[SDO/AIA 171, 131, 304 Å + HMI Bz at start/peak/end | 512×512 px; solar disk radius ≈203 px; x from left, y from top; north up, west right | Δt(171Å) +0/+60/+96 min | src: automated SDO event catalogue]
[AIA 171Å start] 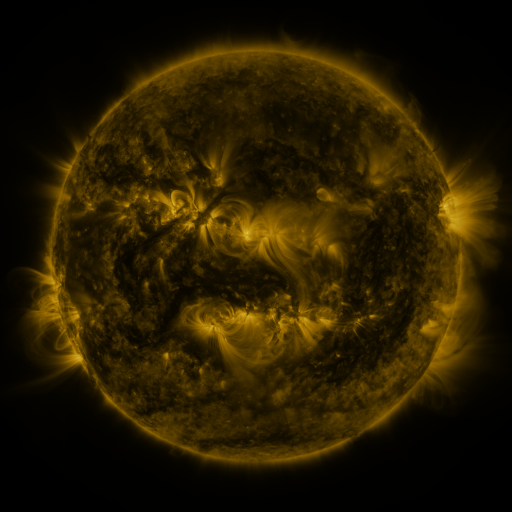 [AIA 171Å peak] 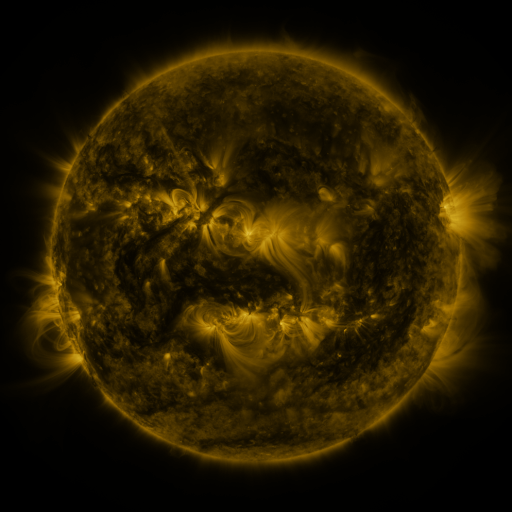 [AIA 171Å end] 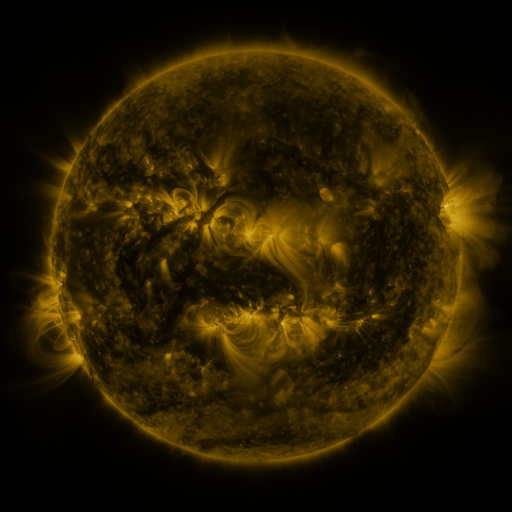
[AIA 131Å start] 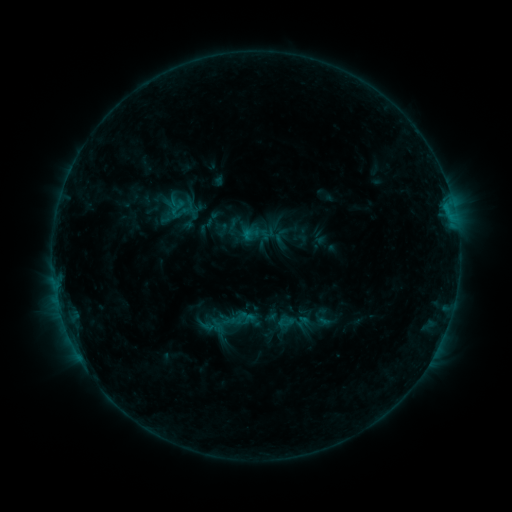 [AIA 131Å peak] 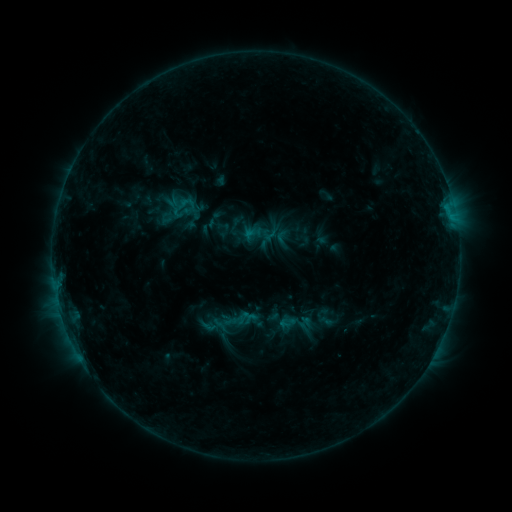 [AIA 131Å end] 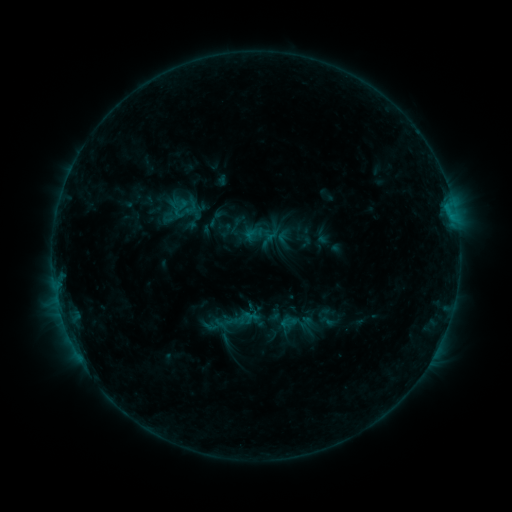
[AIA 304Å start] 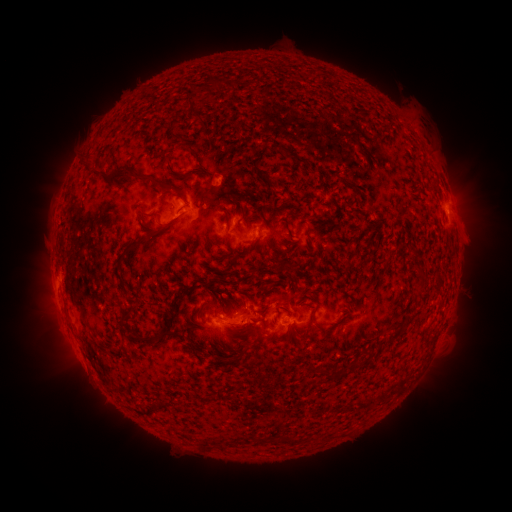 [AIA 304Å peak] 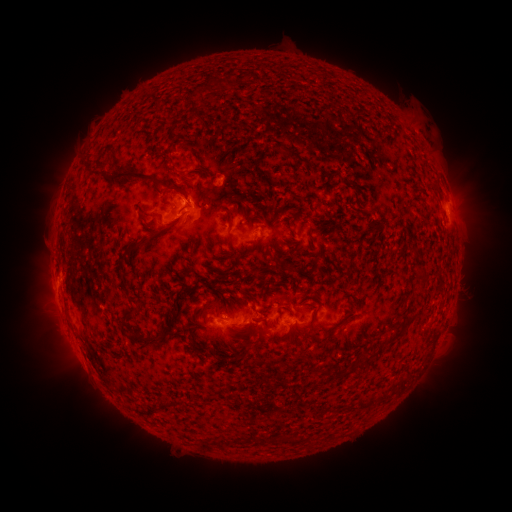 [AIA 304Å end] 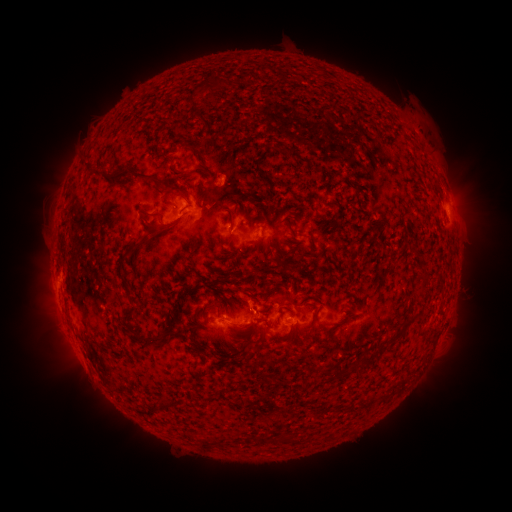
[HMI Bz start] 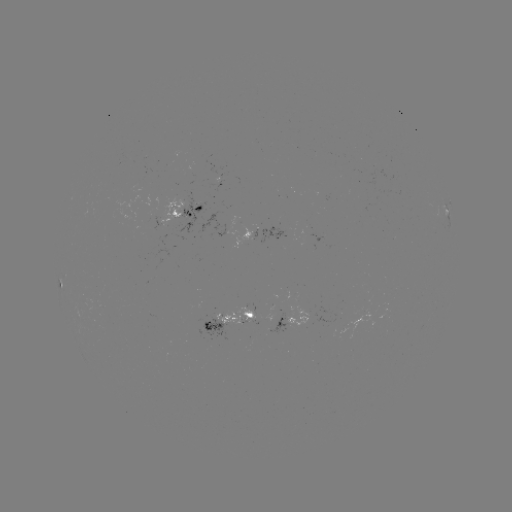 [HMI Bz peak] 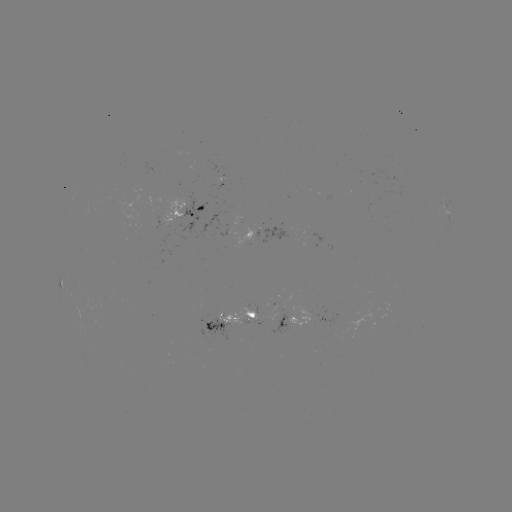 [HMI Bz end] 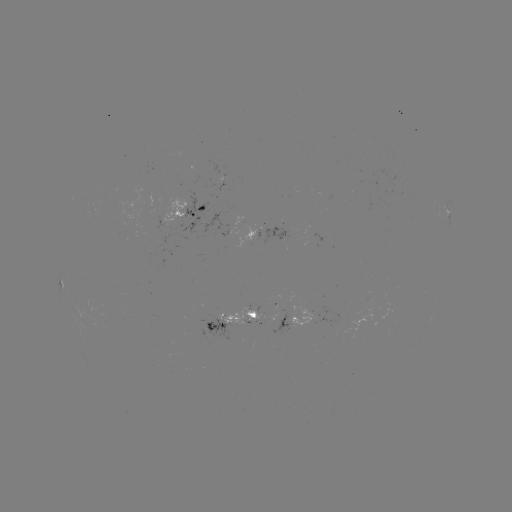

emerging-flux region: [162, 200, 184, 226]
